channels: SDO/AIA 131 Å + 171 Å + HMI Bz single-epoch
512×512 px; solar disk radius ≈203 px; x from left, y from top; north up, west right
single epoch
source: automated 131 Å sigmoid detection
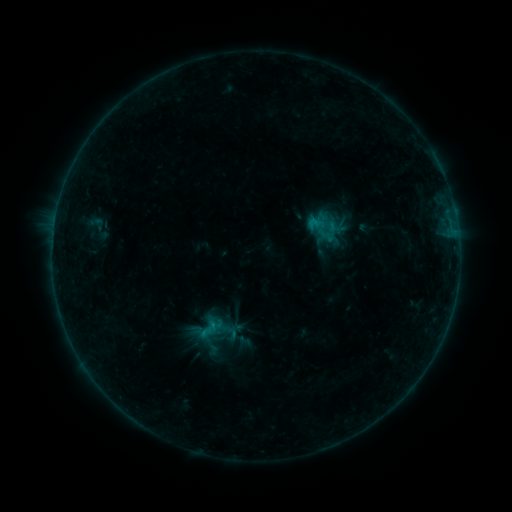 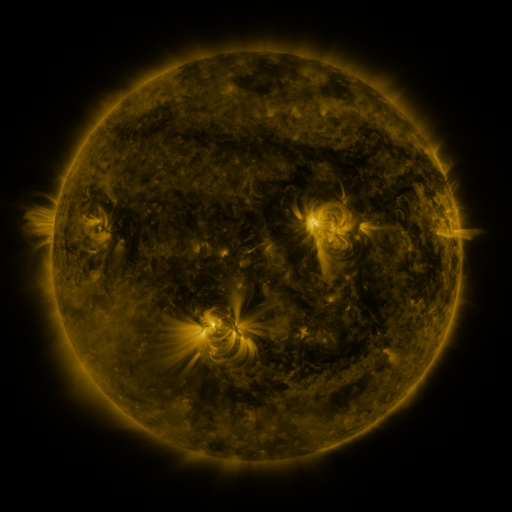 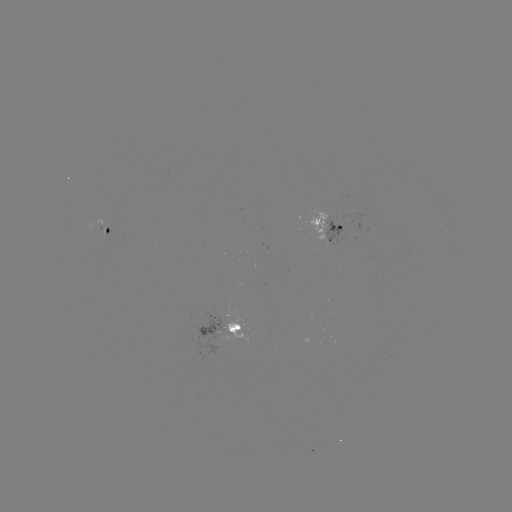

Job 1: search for sigmoid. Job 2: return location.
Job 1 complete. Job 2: (208, 329).